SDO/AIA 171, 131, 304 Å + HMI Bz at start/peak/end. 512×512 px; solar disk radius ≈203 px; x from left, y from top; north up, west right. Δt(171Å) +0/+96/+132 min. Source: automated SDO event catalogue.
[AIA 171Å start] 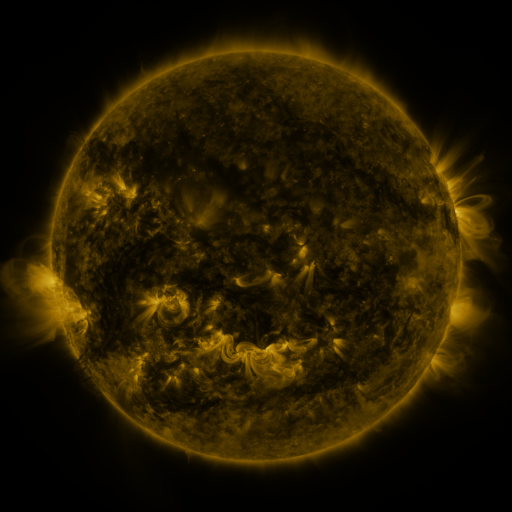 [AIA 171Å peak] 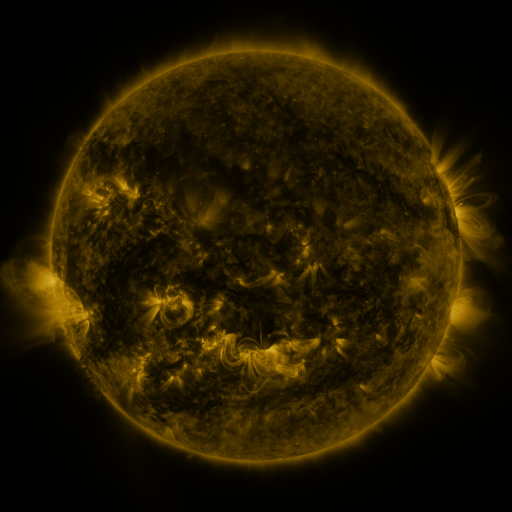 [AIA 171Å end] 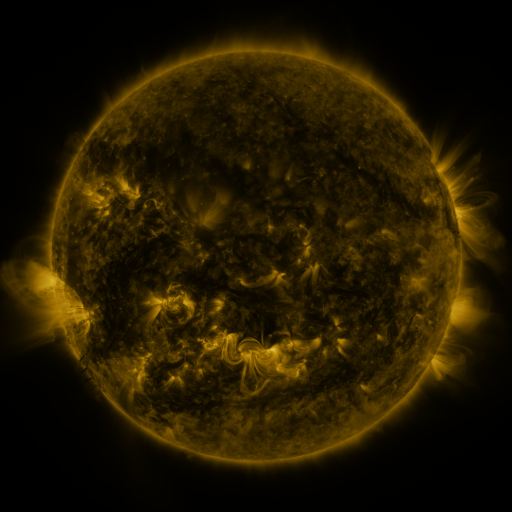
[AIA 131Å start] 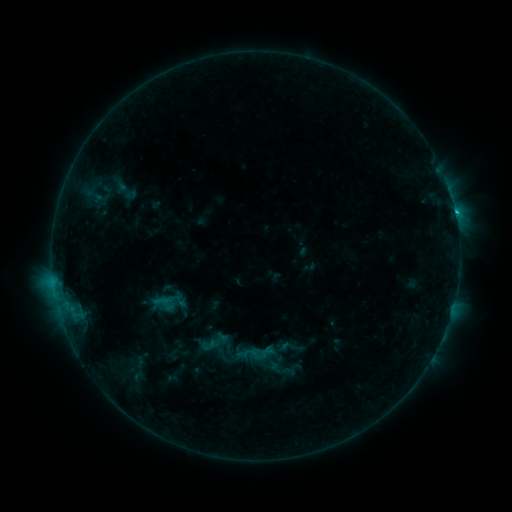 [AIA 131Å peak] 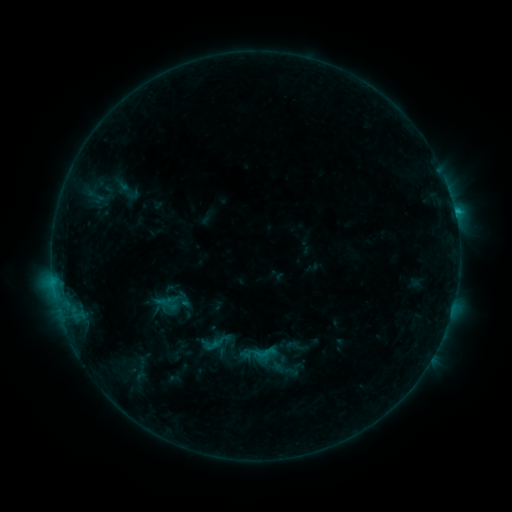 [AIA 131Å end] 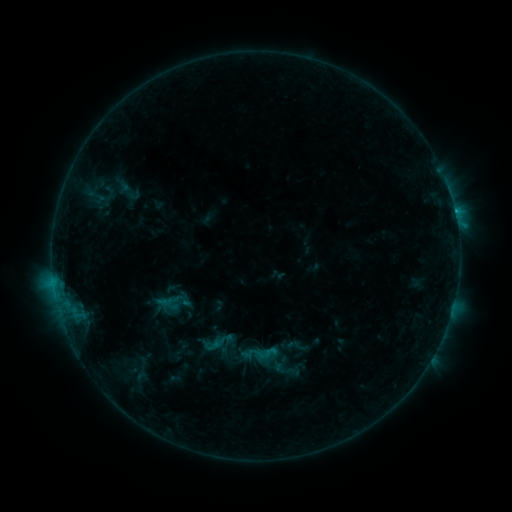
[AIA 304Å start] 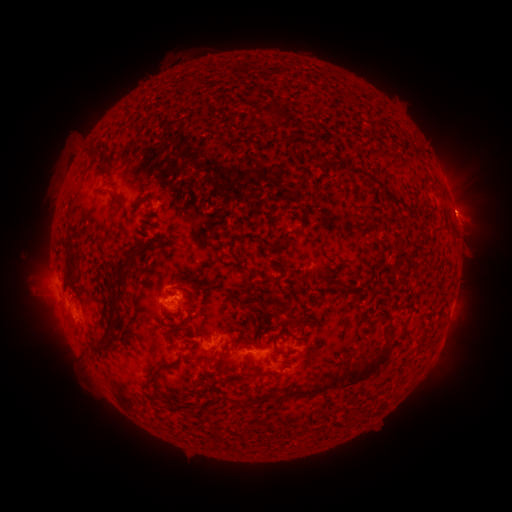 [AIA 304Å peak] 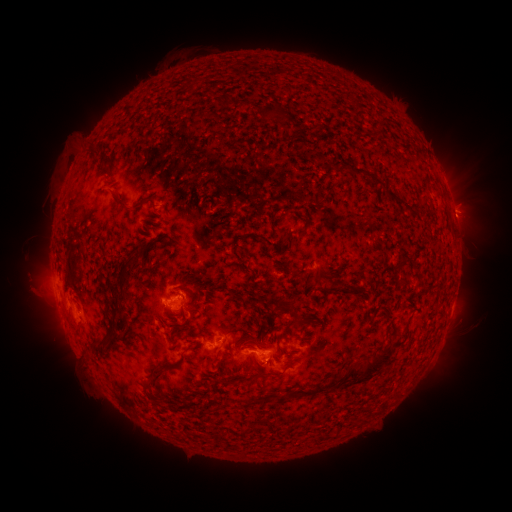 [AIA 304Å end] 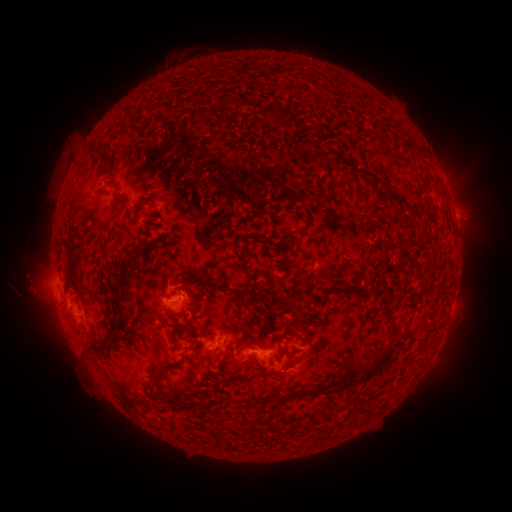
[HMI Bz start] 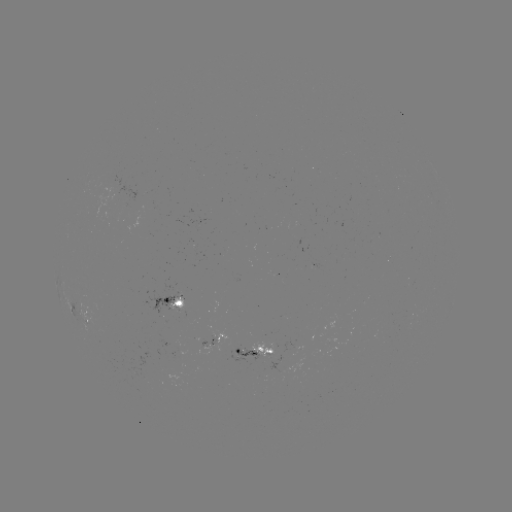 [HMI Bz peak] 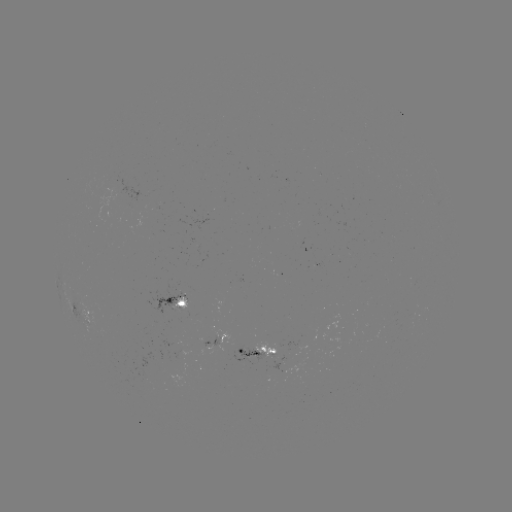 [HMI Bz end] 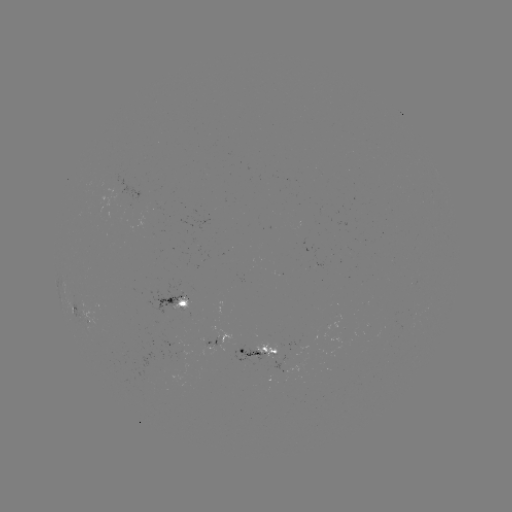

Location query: emerging-flux region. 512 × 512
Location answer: (183, 300).